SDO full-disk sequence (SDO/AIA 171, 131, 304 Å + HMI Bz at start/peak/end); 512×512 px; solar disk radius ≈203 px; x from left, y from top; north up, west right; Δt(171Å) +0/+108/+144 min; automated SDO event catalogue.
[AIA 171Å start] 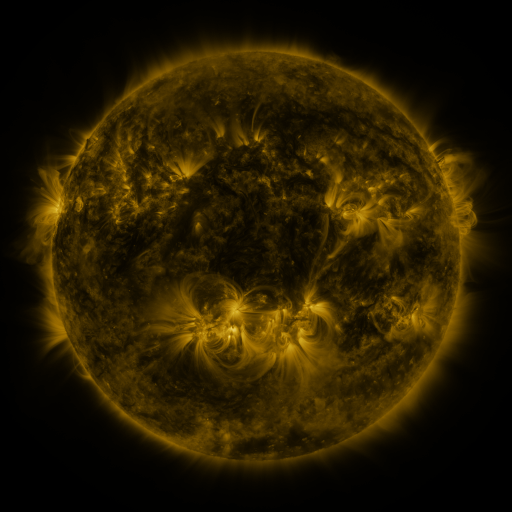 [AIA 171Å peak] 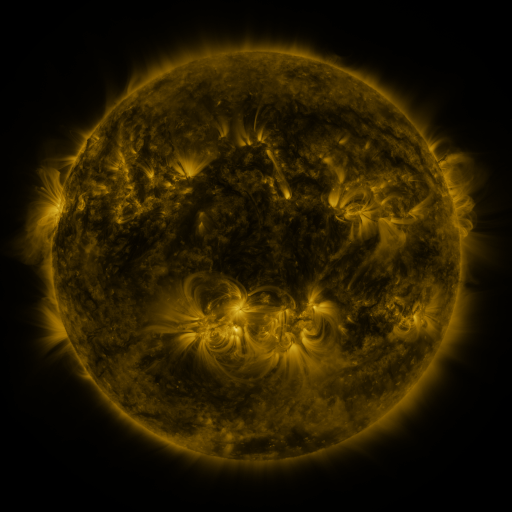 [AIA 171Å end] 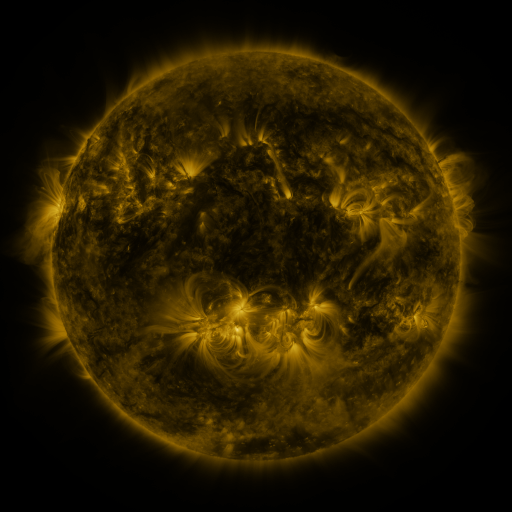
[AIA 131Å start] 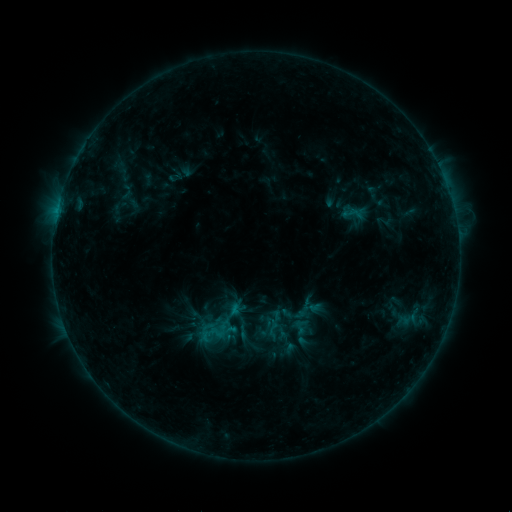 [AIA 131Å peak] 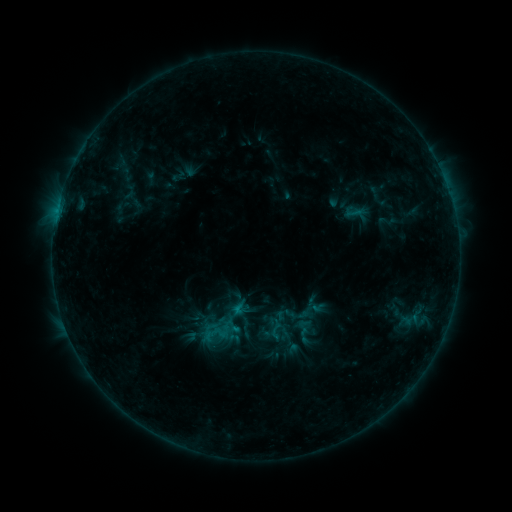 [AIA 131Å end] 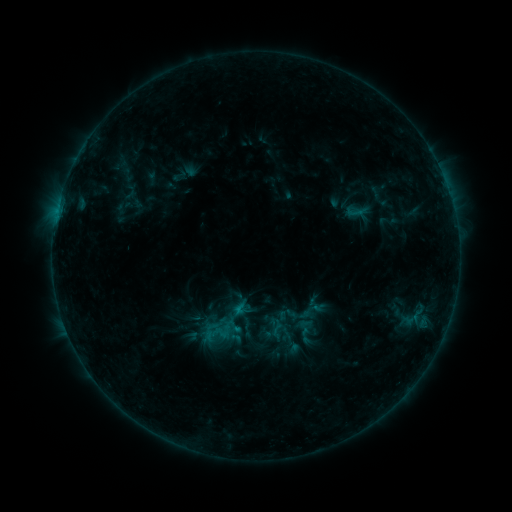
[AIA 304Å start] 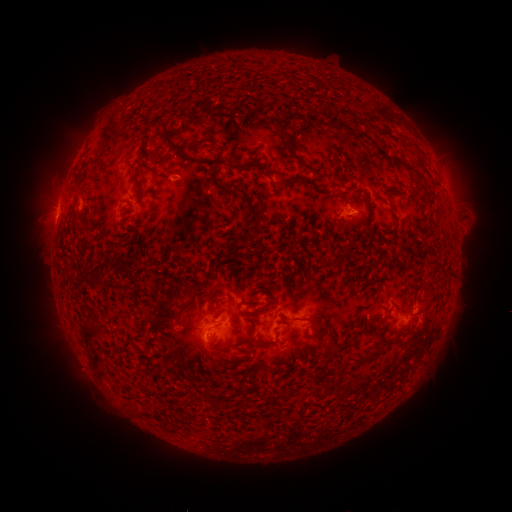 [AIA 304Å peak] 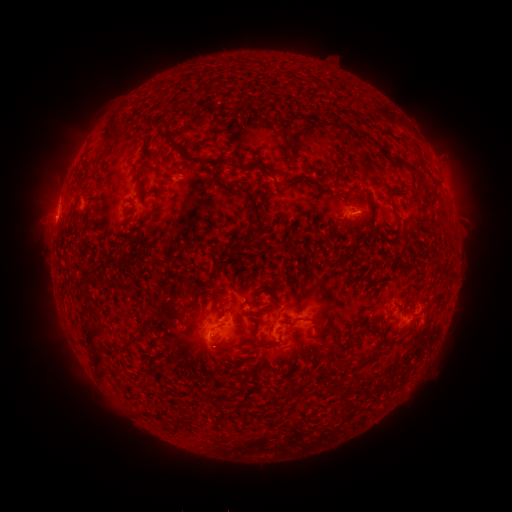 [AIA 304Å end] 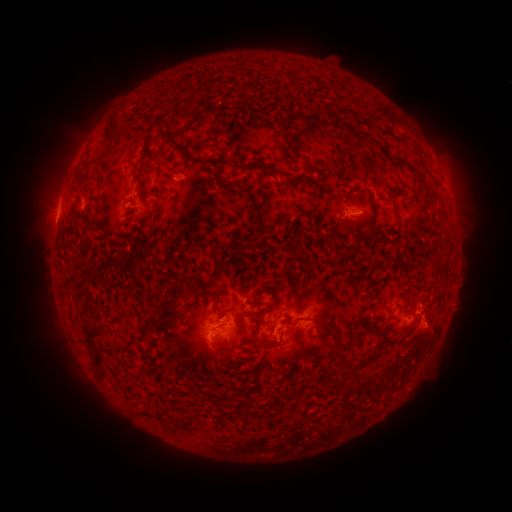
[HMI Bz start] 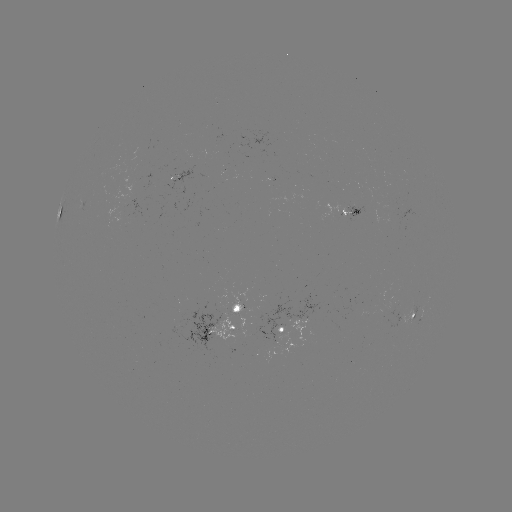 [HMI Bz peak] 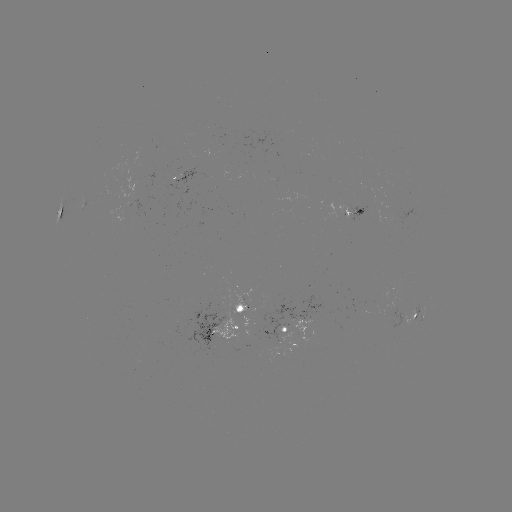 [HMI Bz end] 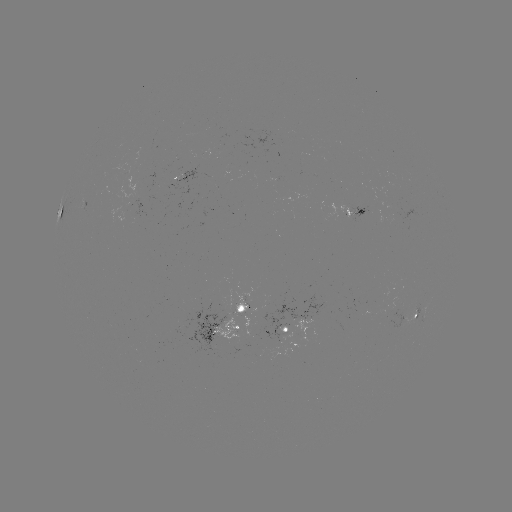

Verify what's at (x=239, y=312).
emerging-flux region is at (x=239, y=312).